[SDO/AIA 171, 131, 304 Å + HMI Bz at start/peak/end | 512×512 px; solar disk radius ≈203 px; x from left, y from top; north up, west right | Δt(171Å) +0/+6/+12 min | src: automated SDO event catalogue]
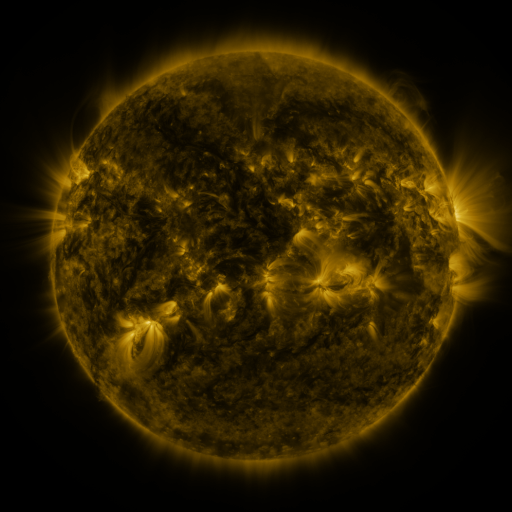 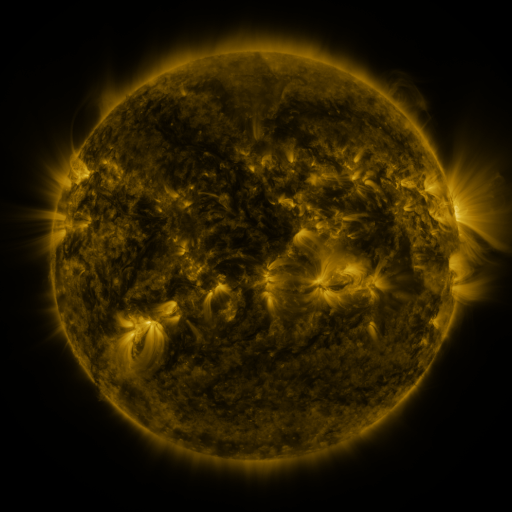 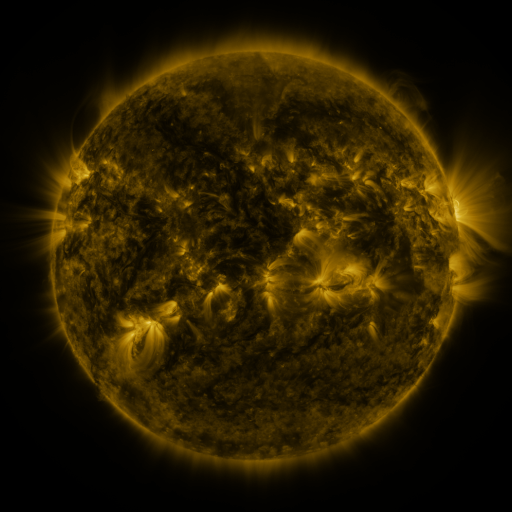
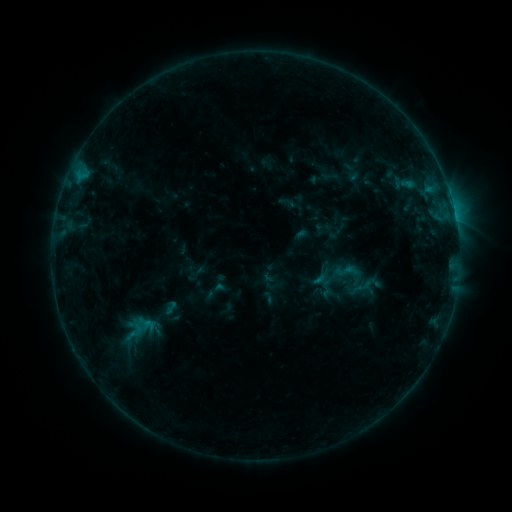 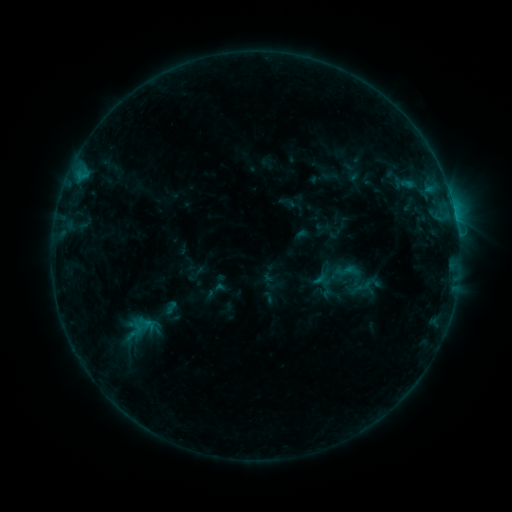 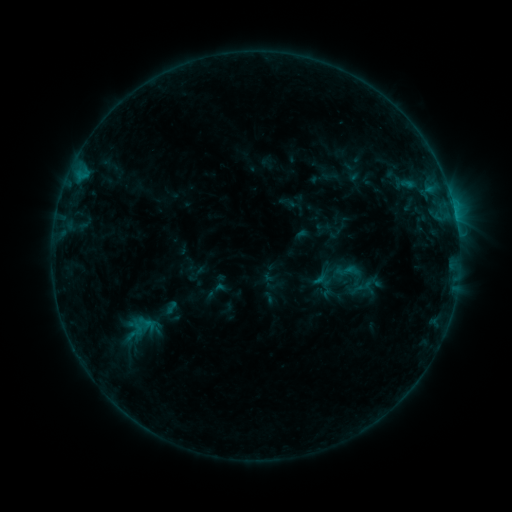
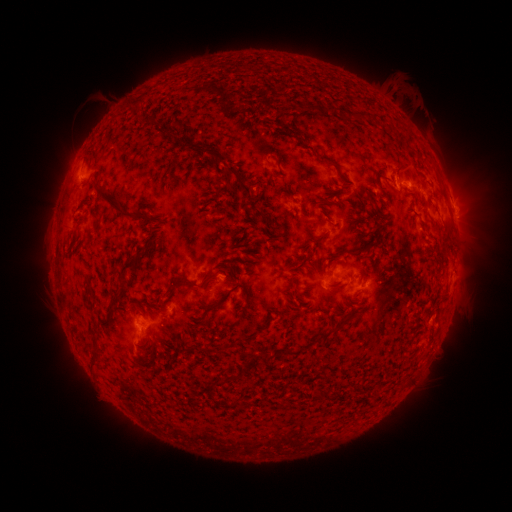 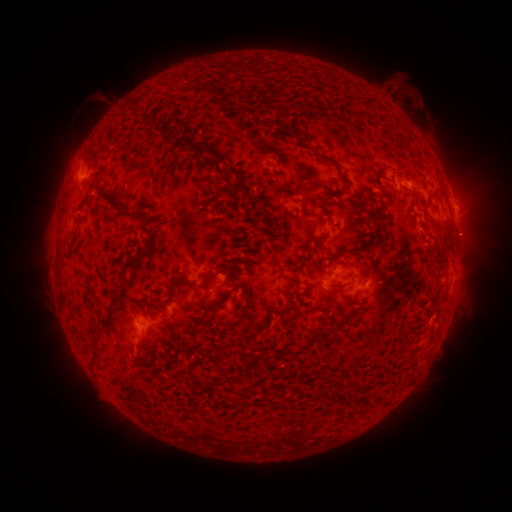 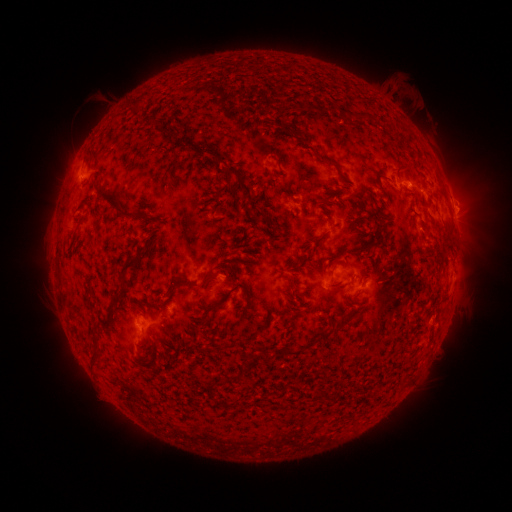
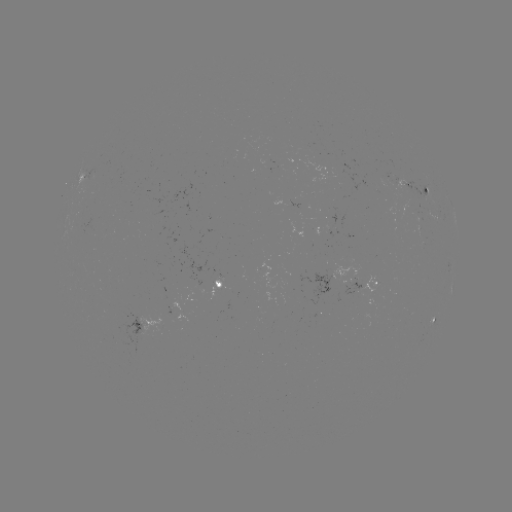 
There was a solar eruption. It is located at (465, 238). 